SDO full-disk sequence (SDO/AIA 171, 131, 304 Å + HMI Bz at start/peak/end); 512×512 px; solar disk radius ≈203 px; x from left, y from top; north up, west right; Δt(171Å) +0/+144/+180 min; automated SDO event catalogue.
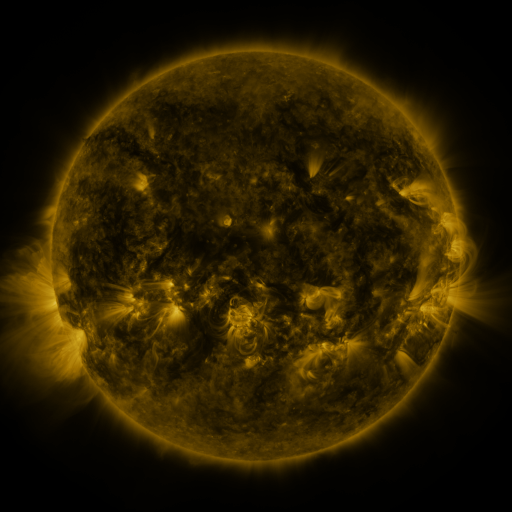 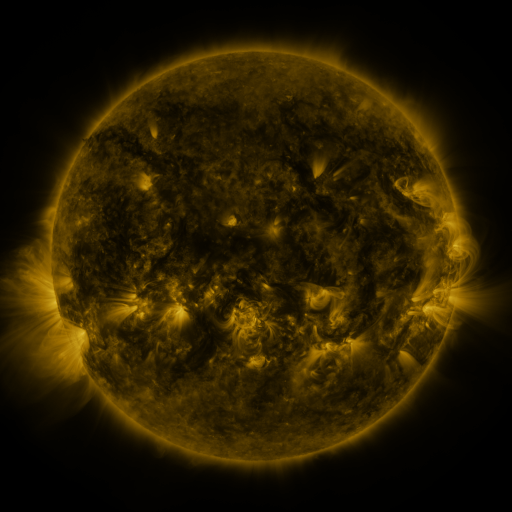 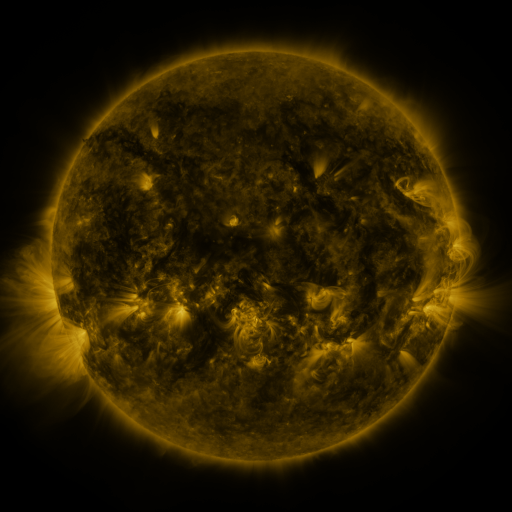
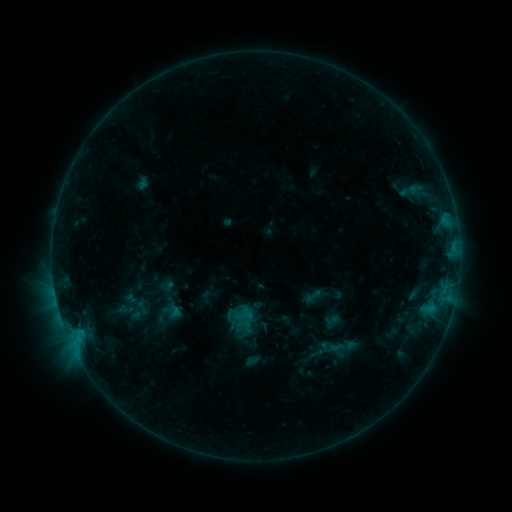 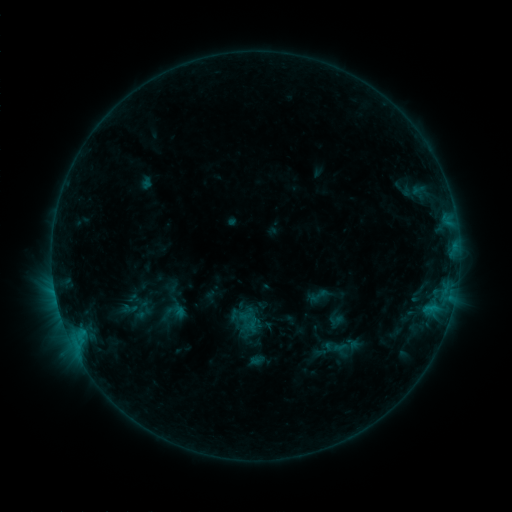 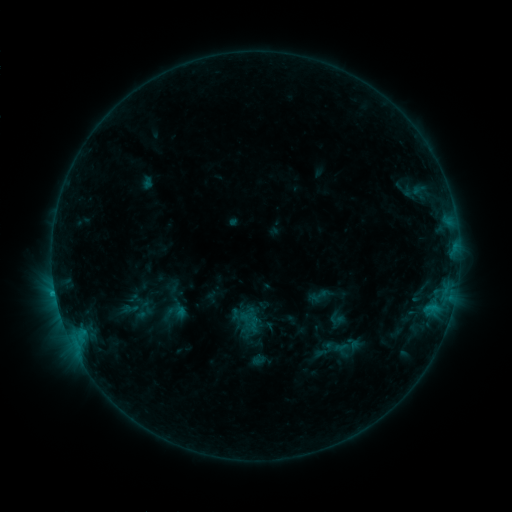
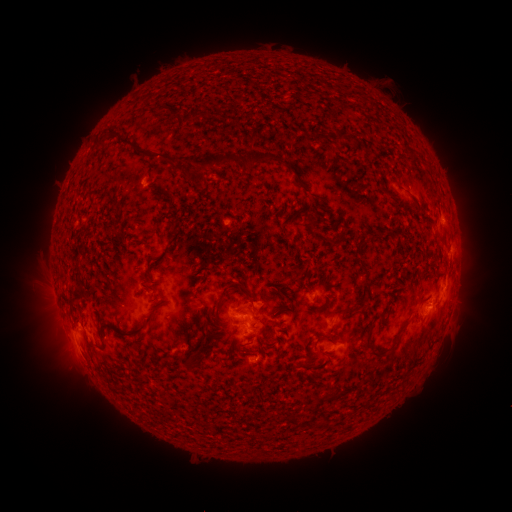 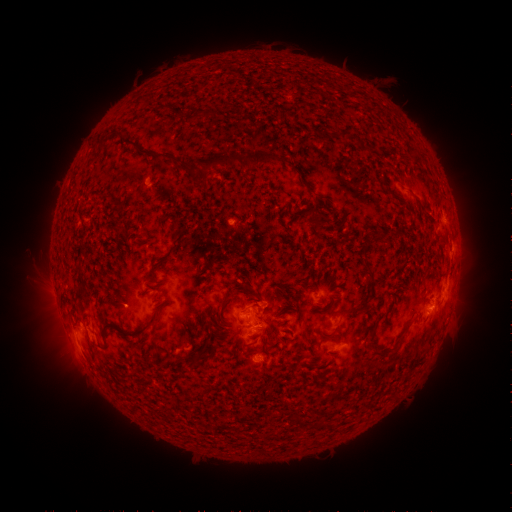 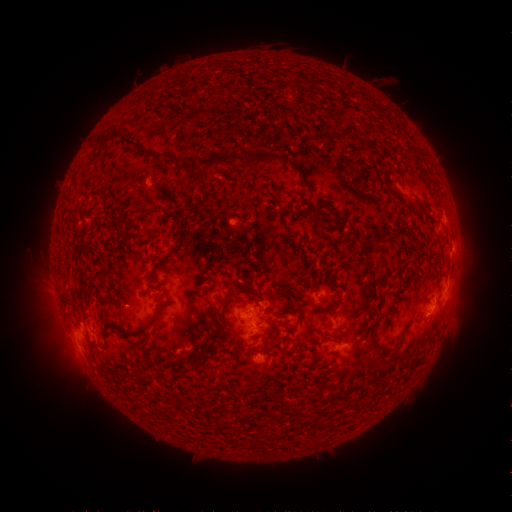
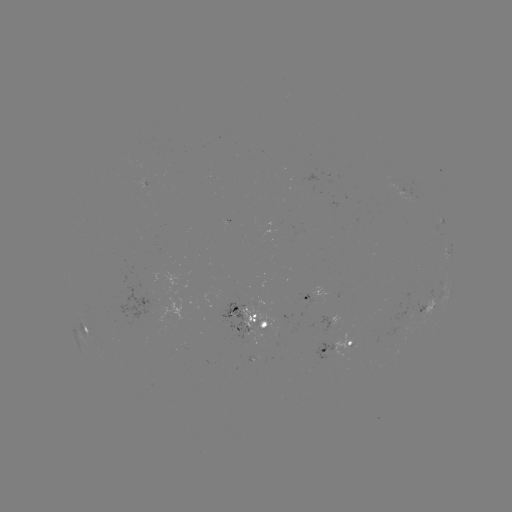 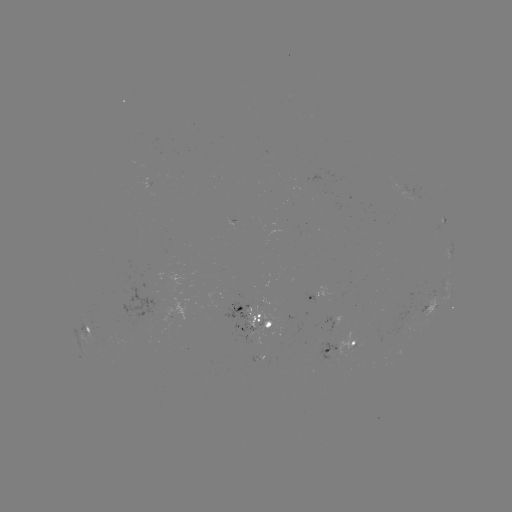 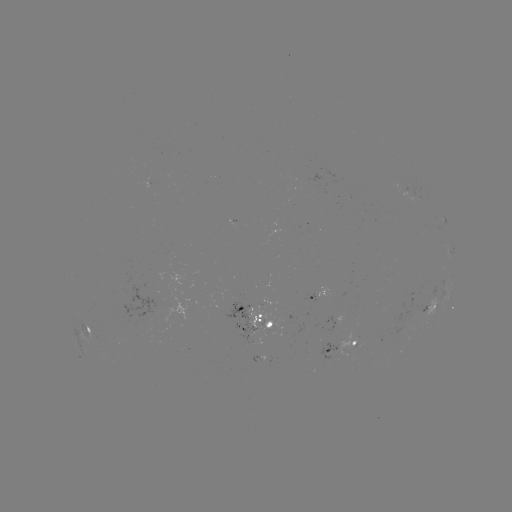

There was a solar emerging-flux region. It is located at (255, 359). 